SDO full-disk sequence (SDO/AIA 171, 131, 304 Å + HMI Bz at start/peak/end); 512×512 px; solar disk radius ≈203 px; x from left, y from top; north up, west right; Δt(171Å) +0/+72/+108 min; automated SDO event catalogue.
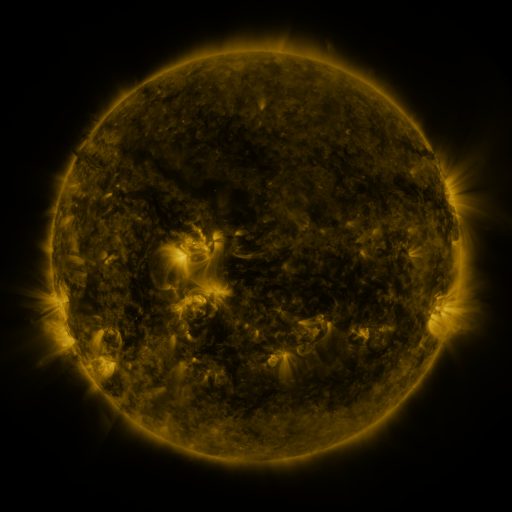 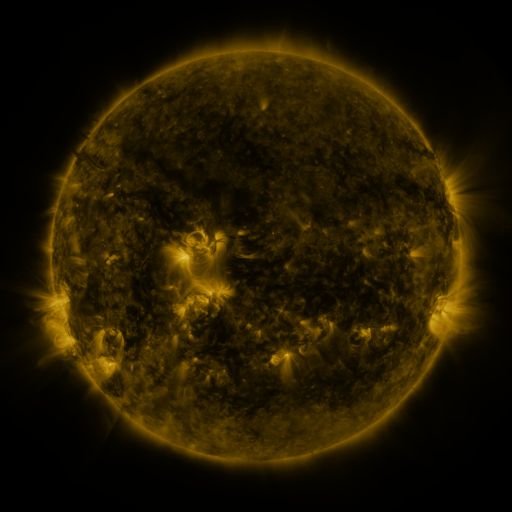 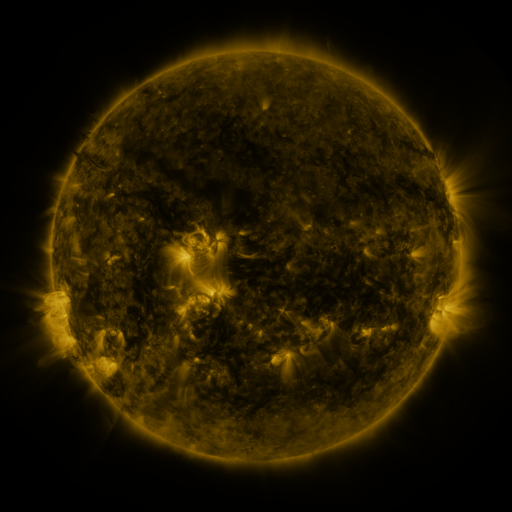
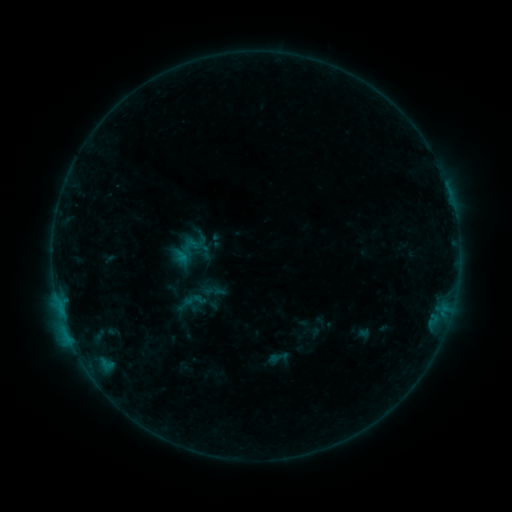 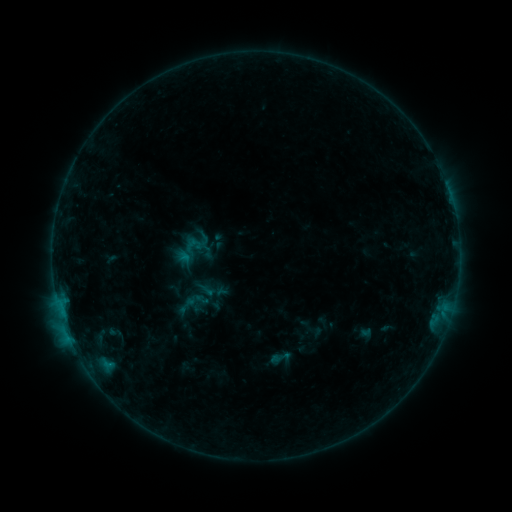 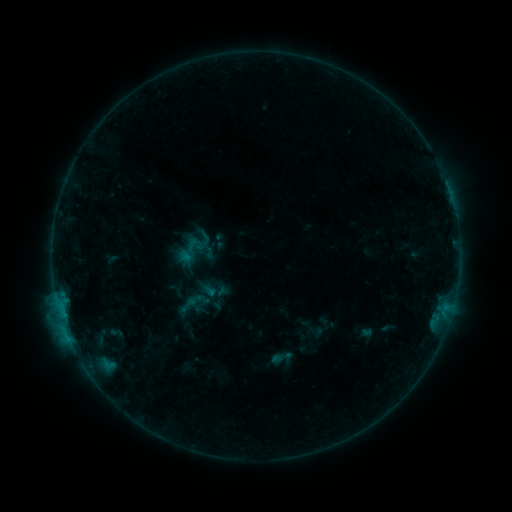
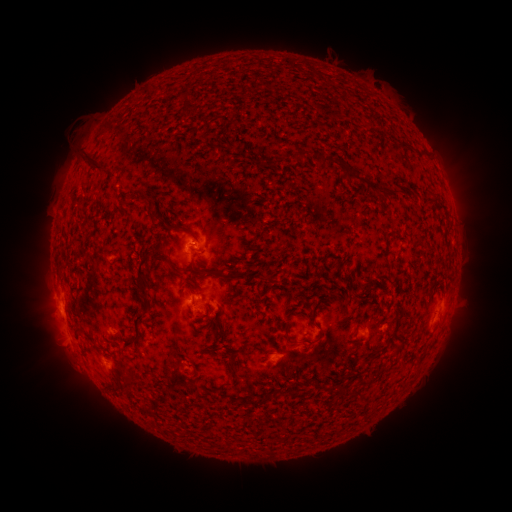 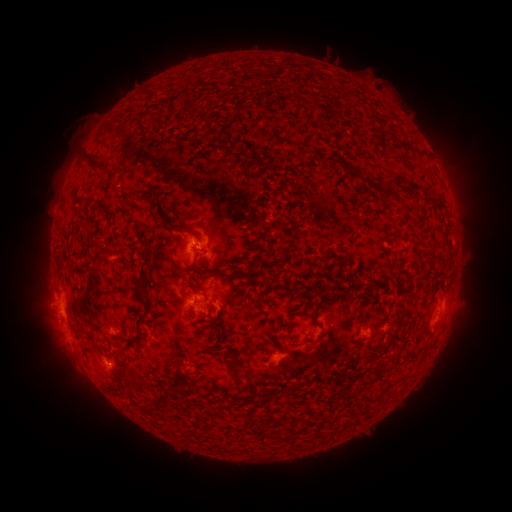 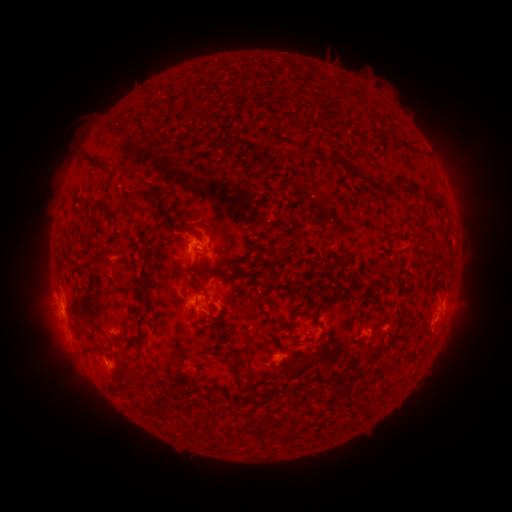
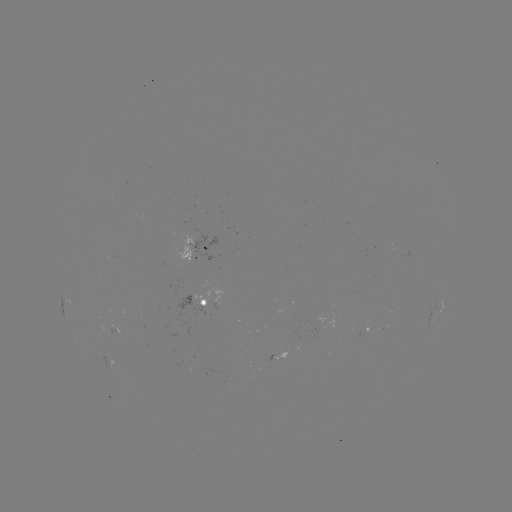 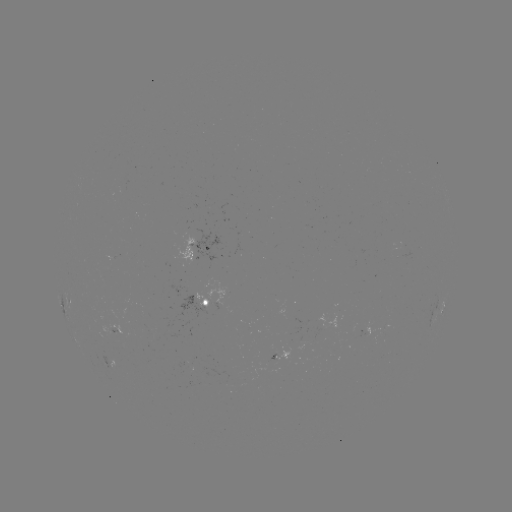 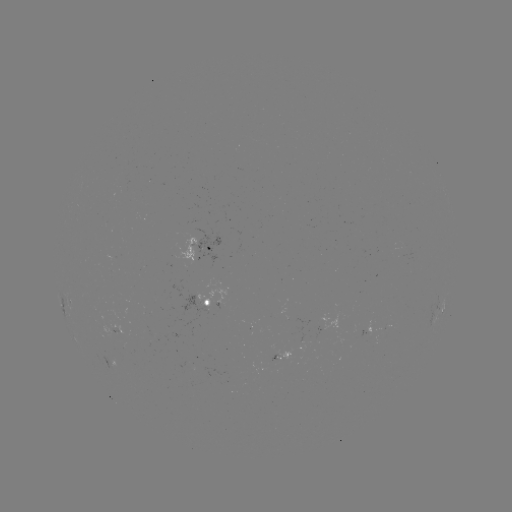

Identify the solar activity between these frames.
emerging-flux region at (320, 331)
